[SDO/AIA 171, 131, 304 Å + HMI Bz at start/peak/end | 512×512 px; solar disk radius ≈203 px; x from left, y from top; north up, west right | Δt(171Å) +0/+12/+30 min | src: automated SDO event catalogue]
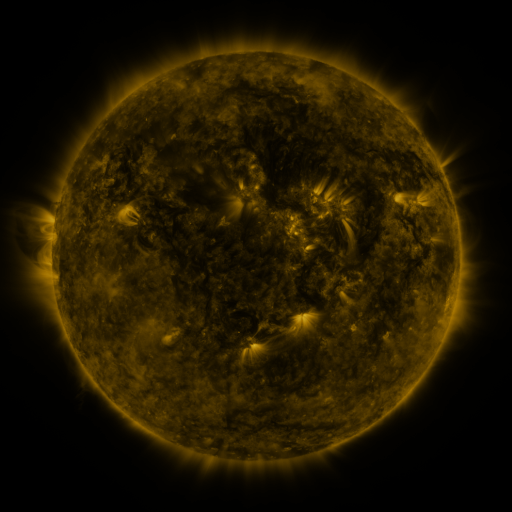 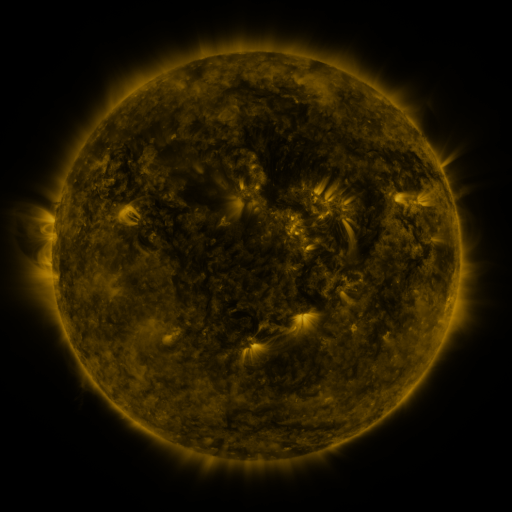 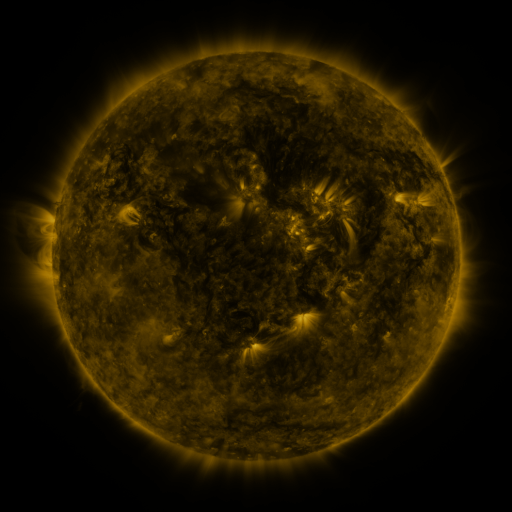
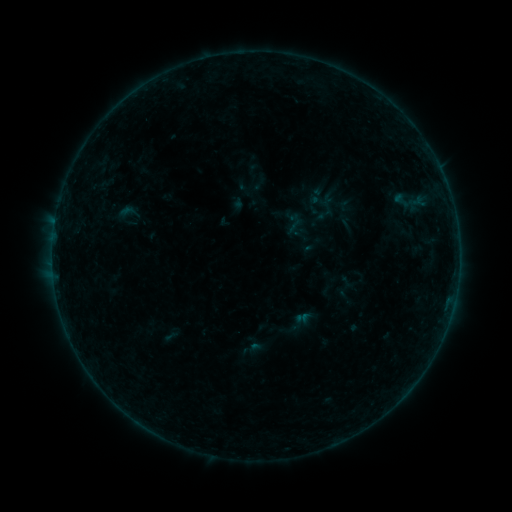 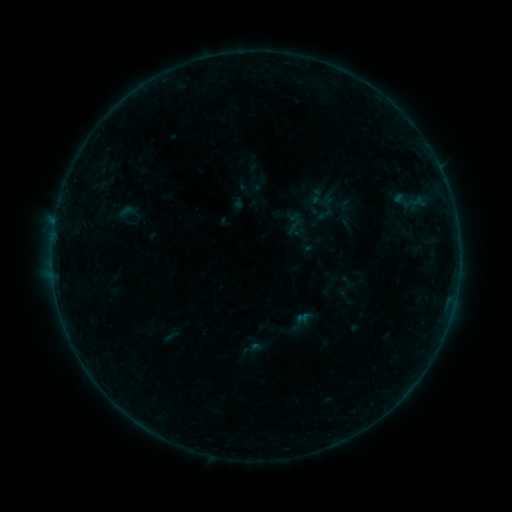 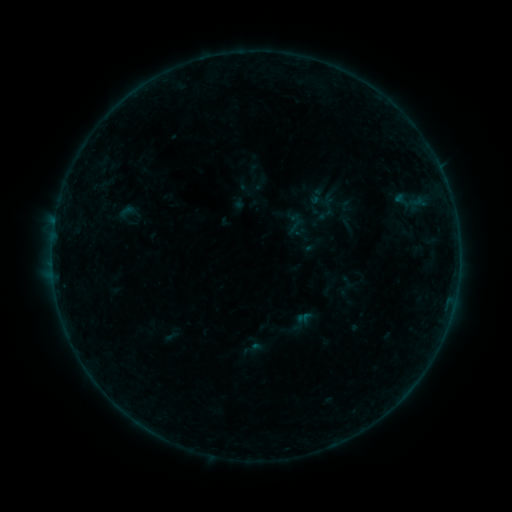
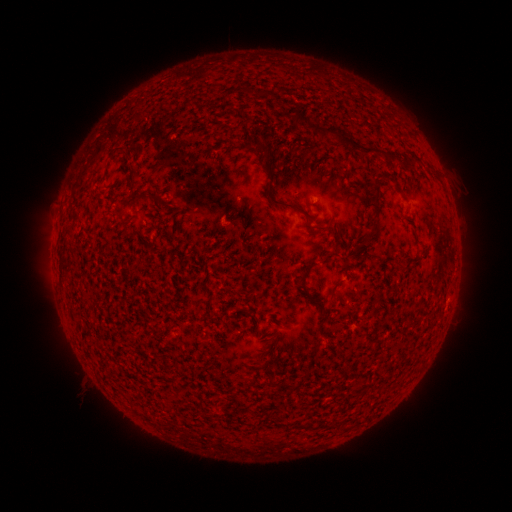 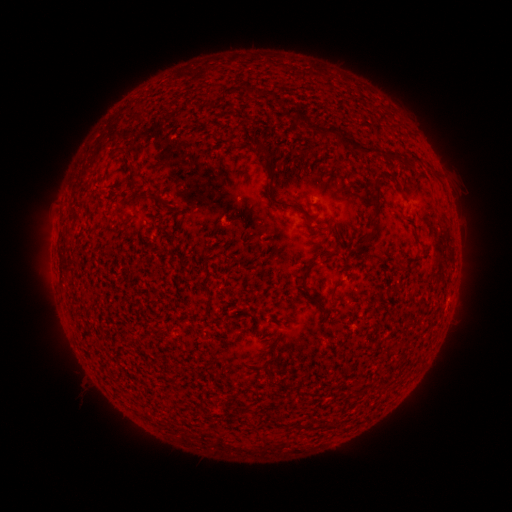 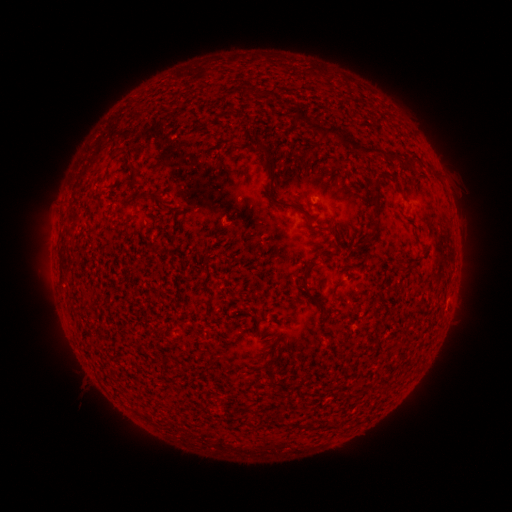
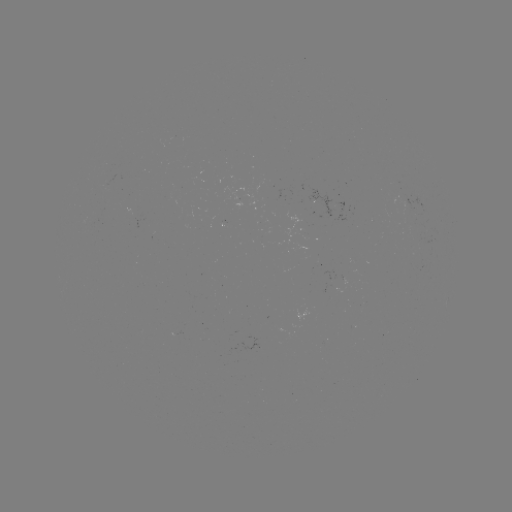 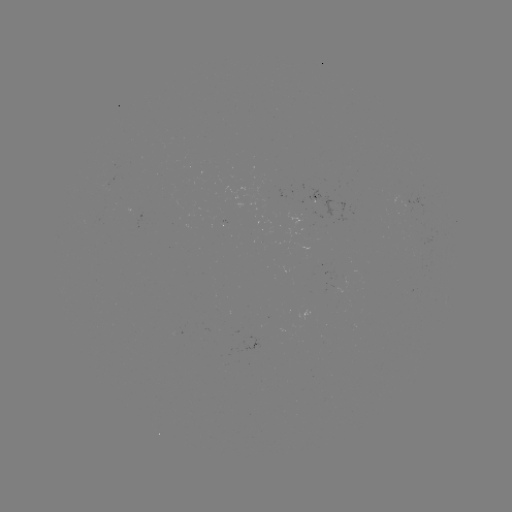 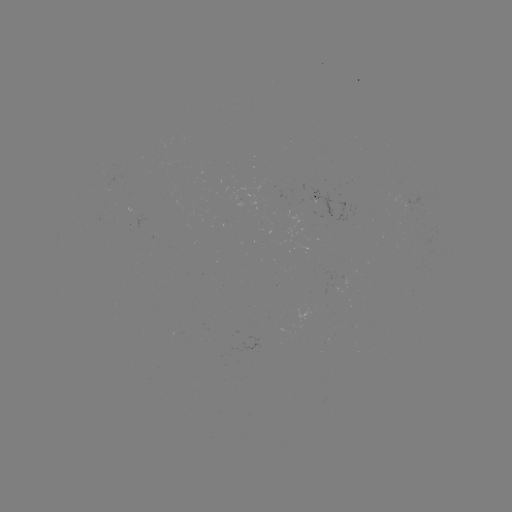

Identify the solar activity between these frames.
no flare in any classed list; no EUV-trigger detection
